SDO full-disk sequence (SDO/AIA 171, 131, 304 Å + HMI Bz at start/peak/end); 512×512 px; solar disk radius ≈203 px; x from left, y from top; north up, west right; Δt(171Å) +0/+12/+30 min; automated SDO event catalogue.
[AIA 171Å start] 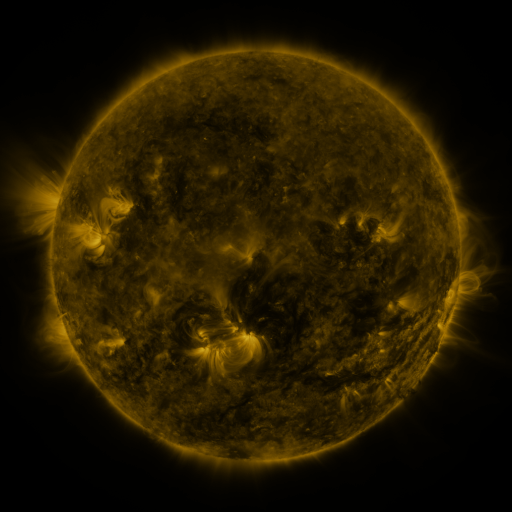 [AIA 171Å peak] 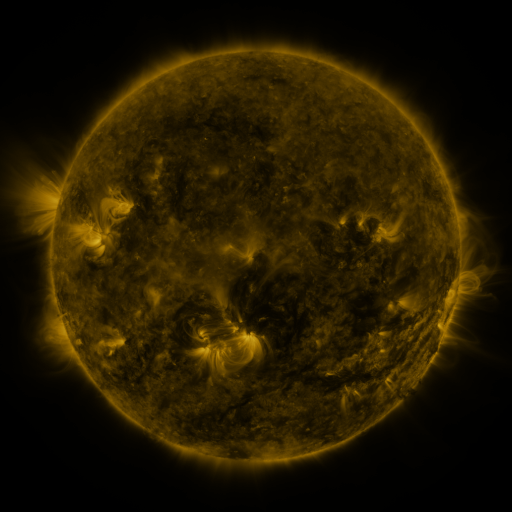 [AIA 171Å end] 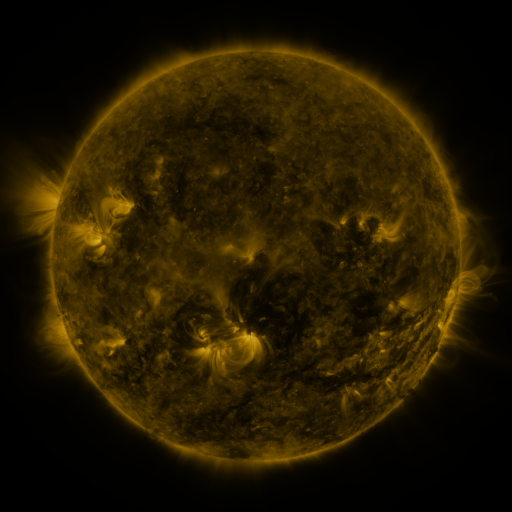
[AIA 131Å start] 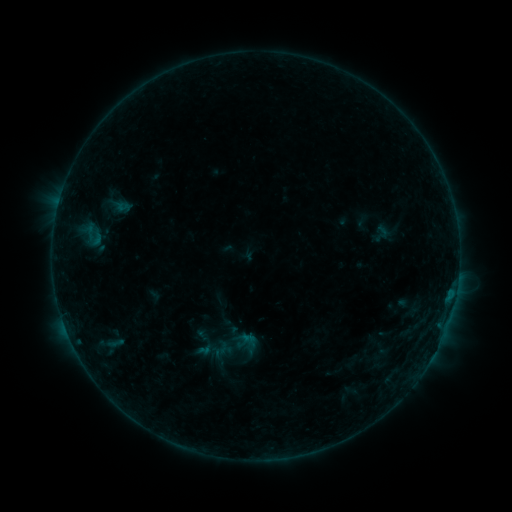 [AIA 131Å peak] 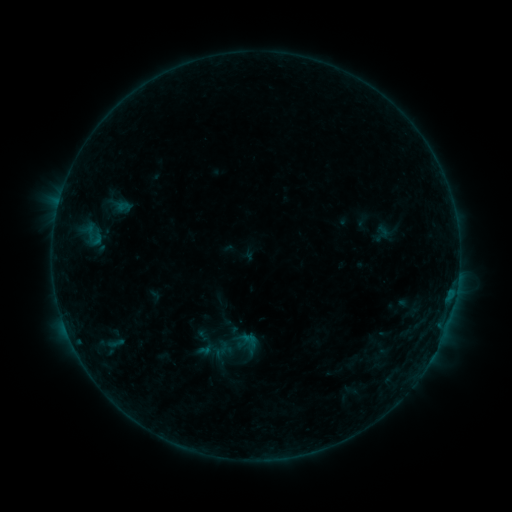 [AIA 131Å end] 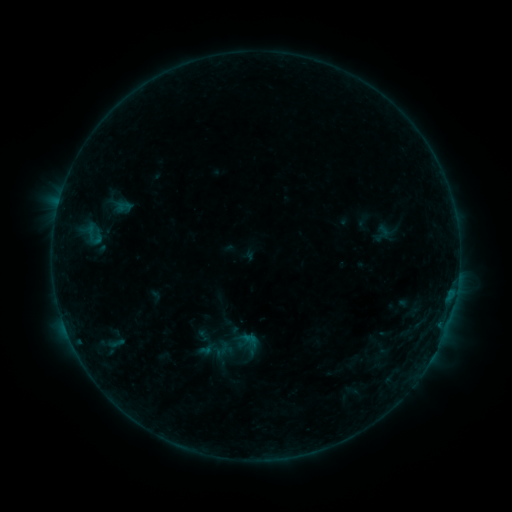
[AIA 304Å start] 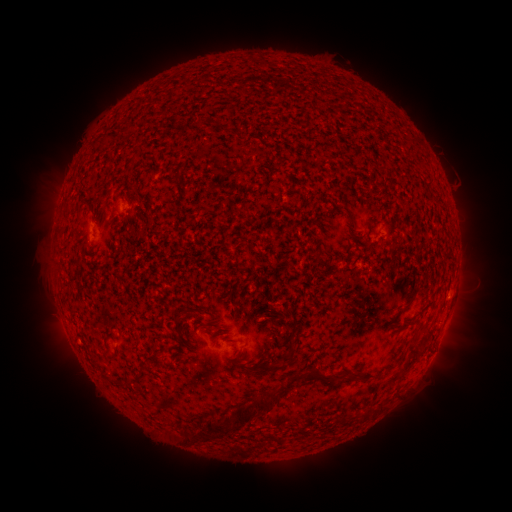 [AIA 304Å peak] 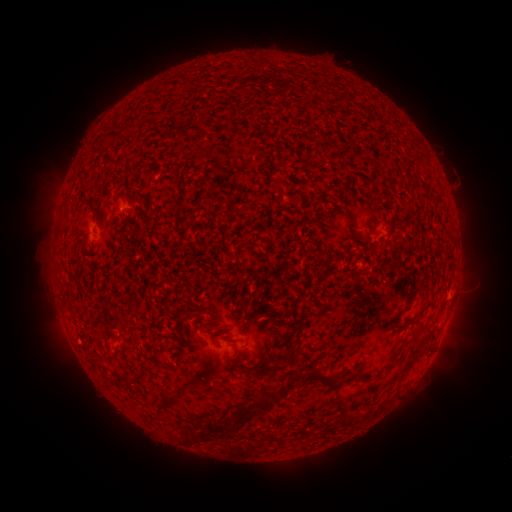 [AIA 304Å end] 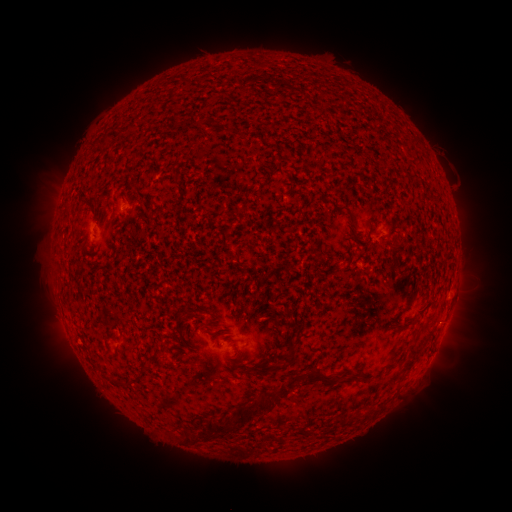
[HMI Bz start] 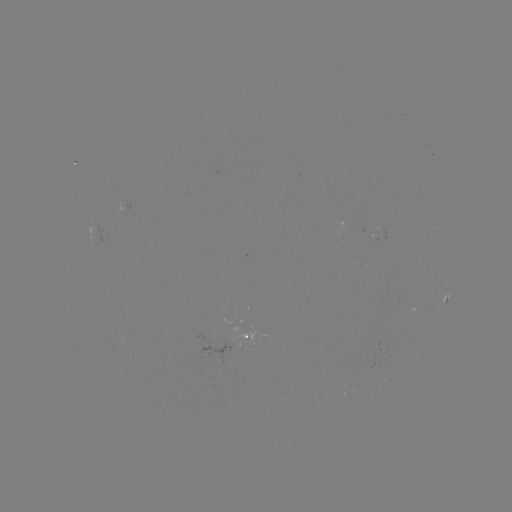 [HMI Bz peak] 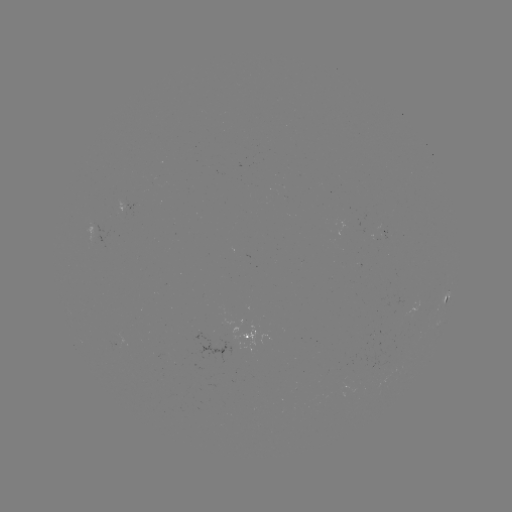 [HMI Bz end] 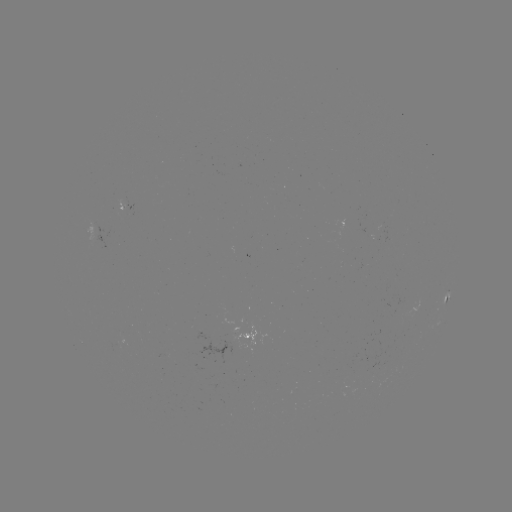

no flare in any classed list; no EUV-trigger detection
